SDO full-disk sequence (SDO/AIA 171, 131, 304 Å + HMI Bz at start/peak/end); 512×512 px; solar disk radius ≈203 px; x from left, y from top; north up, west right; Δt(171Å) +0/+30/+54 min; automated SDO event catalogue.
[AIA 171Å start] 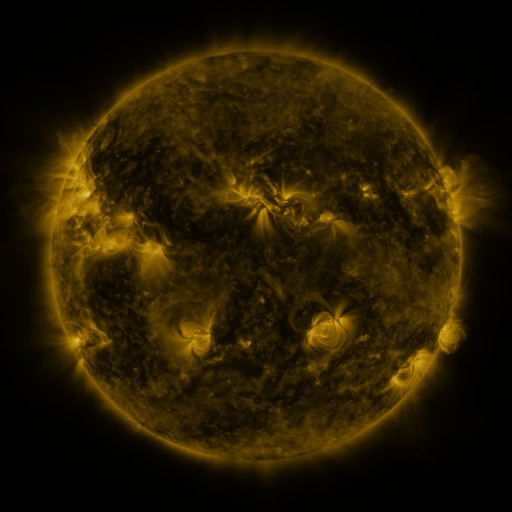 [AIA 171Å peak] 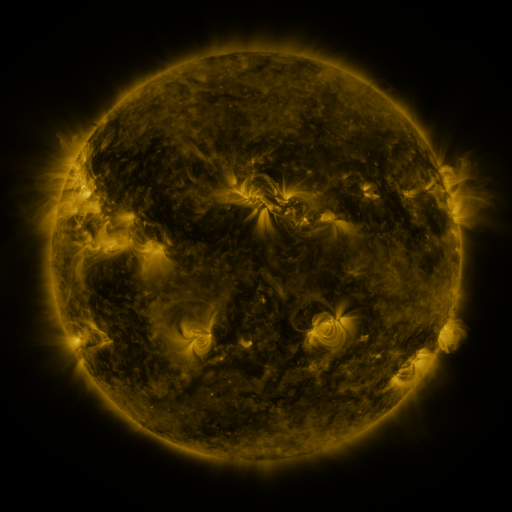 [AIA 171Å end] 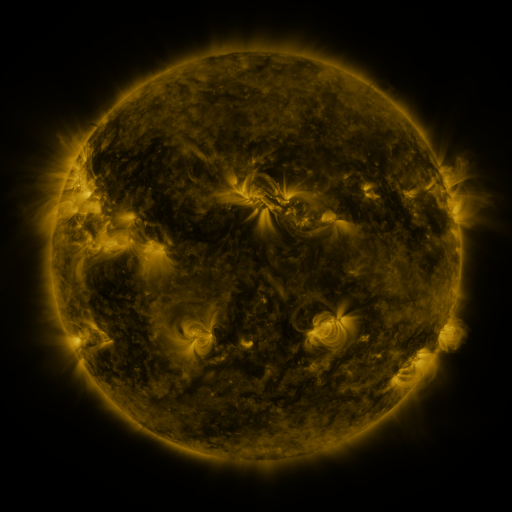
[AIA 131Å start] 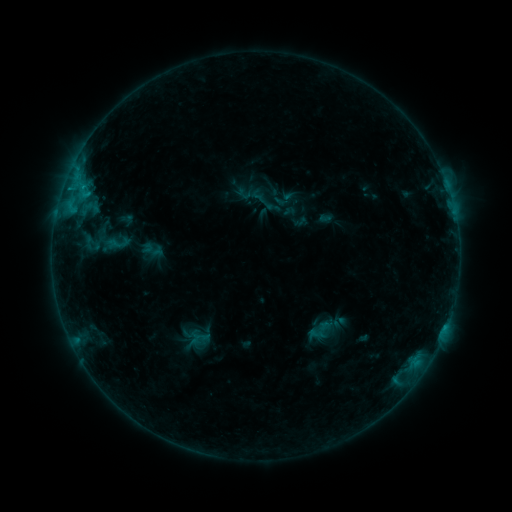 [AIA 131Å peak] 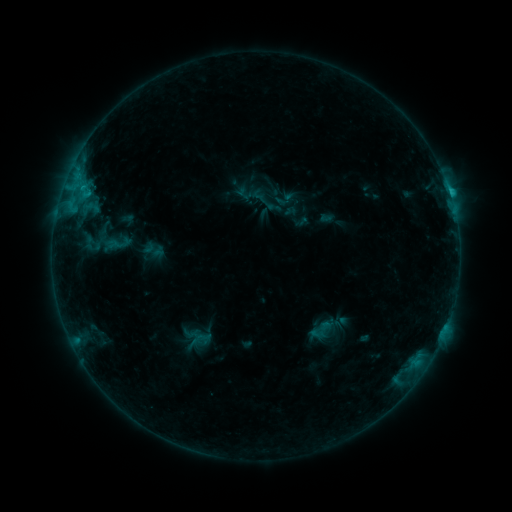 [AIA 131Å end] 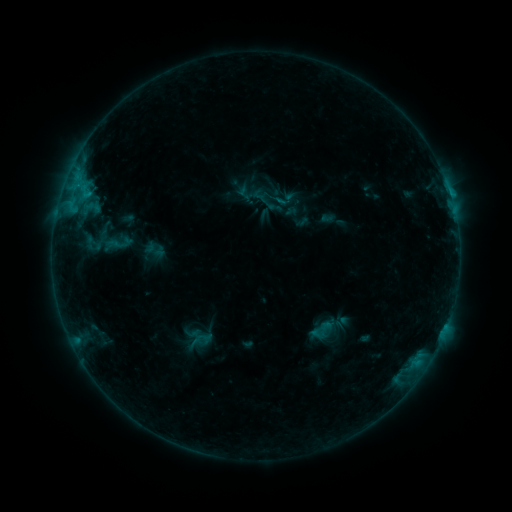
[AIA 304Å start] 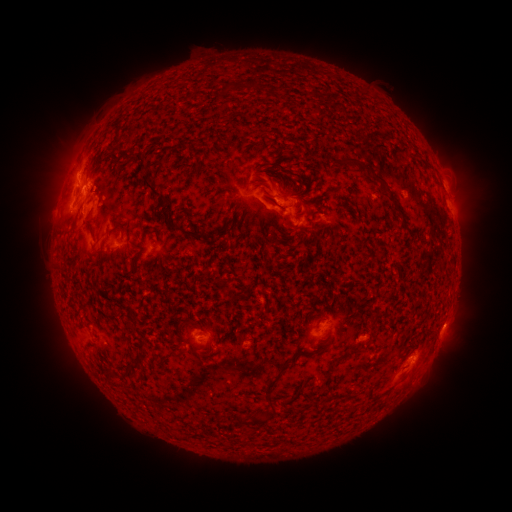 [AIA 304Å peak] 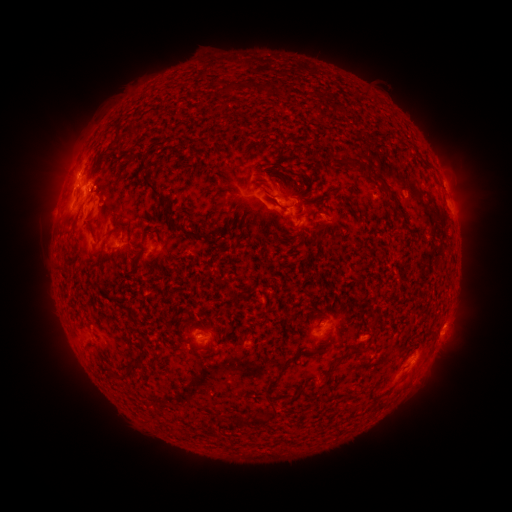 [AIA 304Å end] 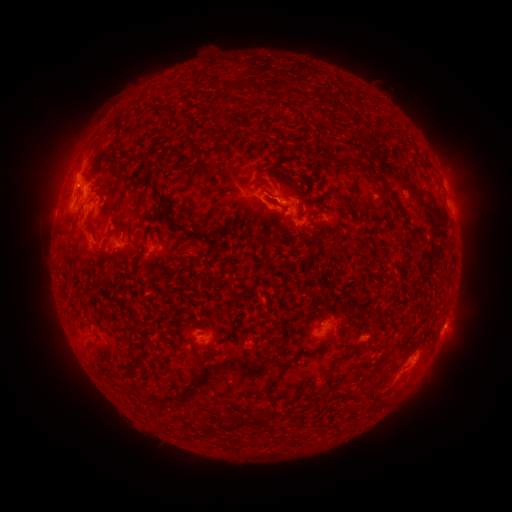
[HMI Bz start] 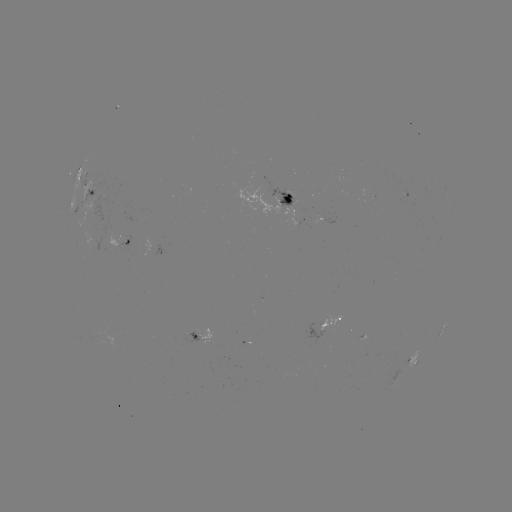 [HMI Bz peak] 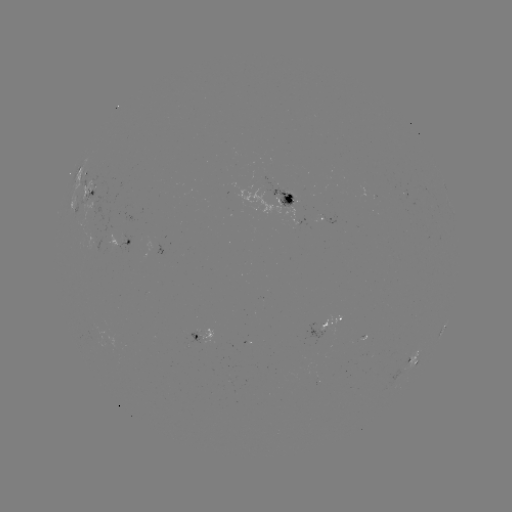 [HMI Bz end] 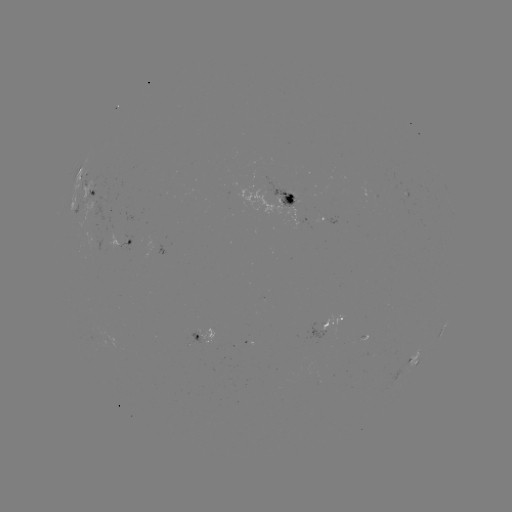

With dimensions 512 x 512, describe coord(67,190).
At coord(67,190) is C1.5 flare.